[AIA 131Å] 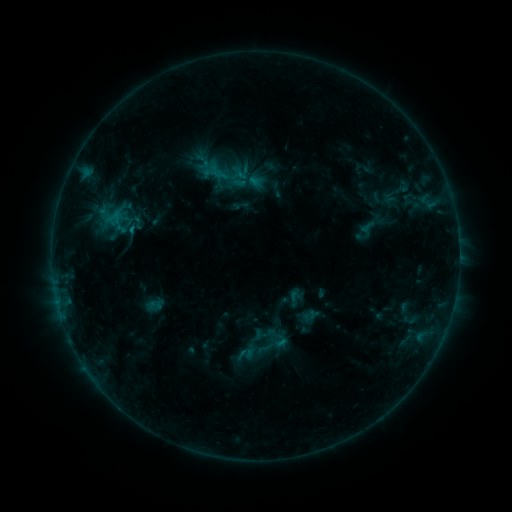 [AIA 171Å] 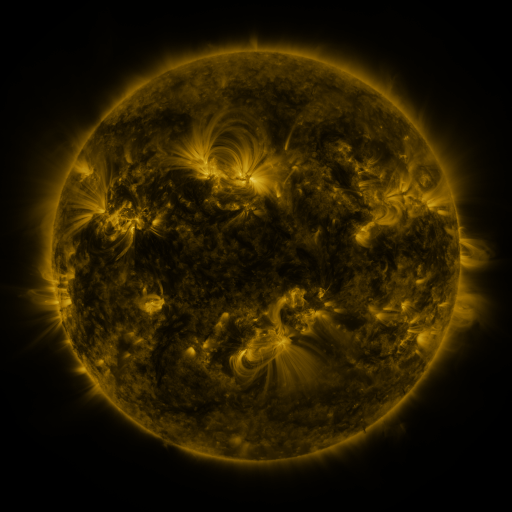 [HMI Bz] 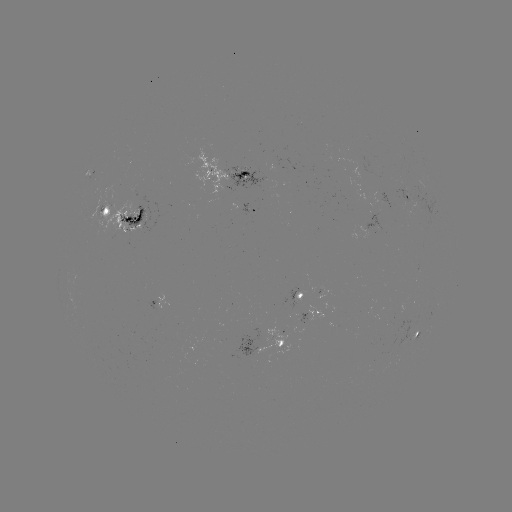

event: sigmoid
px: (279, 340)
